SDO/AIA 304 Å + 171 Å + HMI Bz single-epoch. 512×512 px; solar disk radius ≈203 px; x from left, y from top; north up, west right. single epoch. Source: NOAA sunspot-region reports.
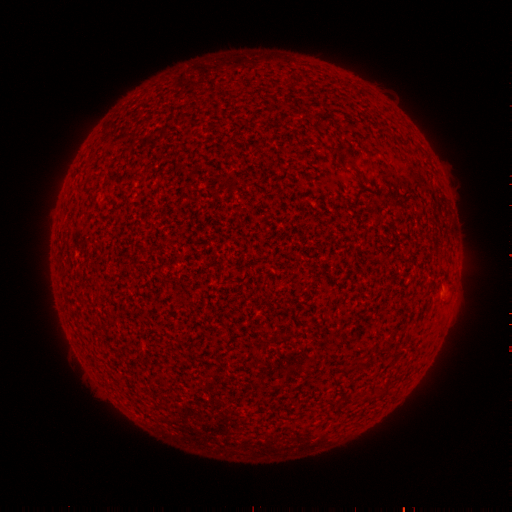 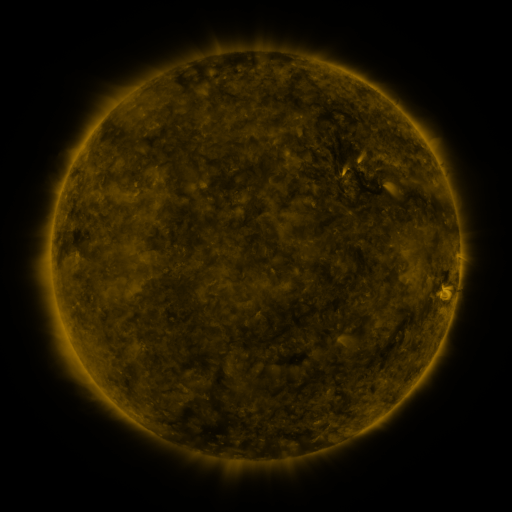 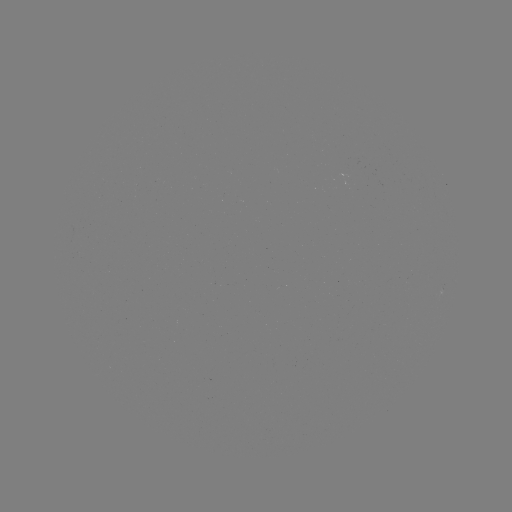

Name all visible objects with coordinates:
(none)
